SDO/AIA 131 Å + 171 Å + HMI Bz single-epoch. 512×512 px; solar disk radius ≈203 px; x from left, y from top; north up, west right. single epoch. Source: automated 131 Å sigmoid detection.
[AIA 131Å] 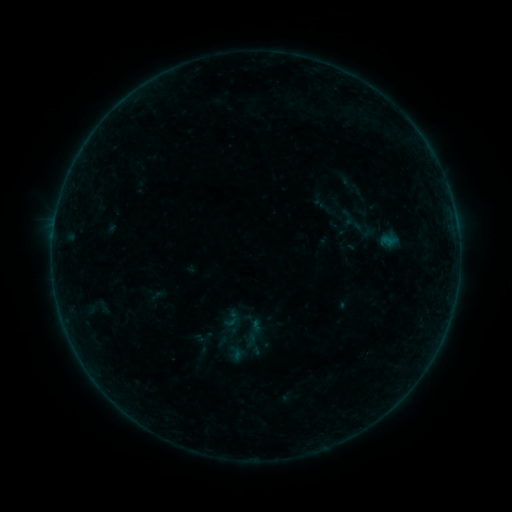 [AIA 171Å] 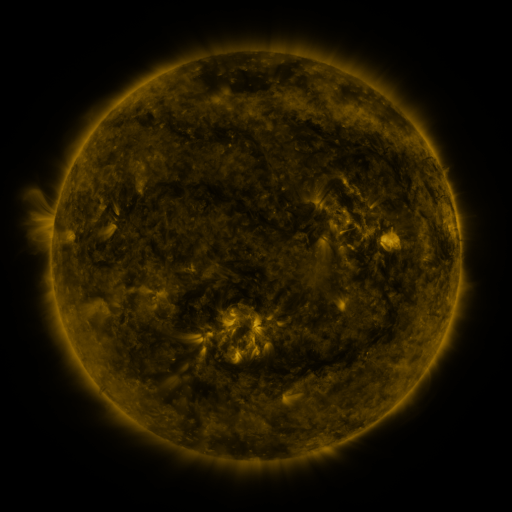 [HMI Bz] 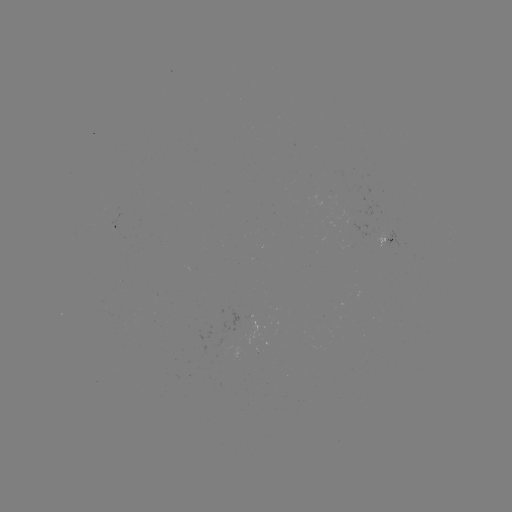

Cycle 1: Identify sigmoid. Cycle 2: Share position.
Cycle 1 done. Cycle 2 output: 205,338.